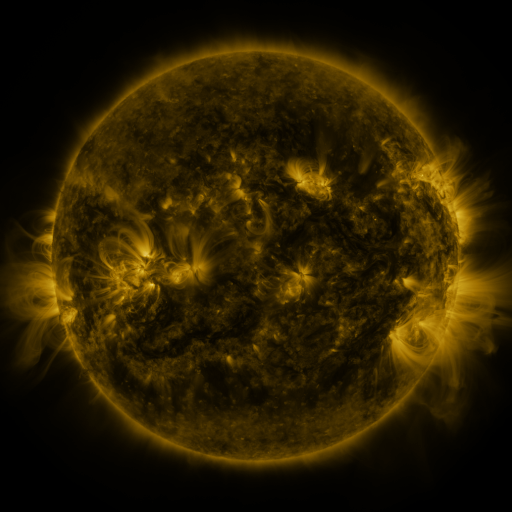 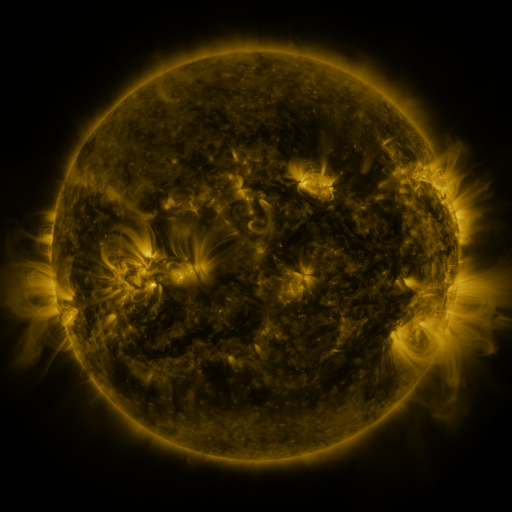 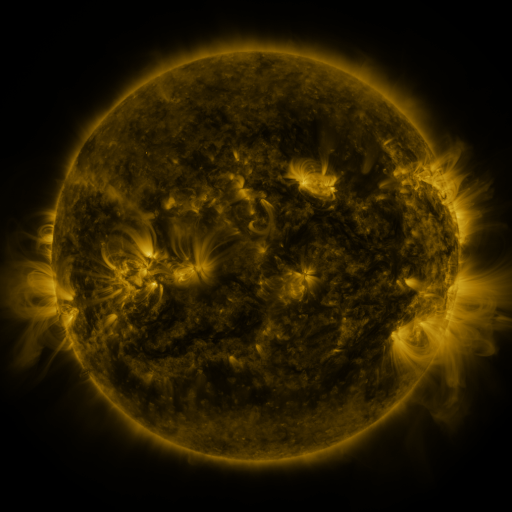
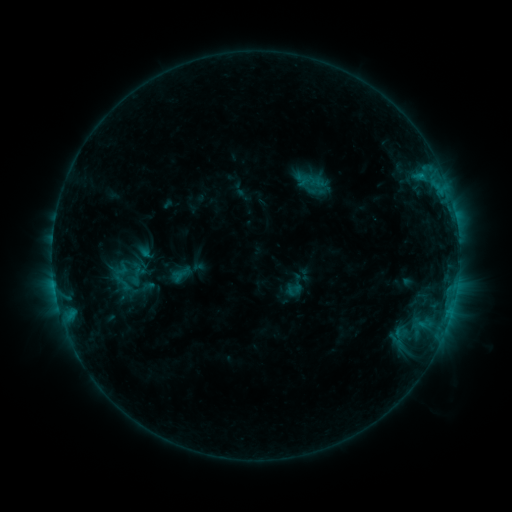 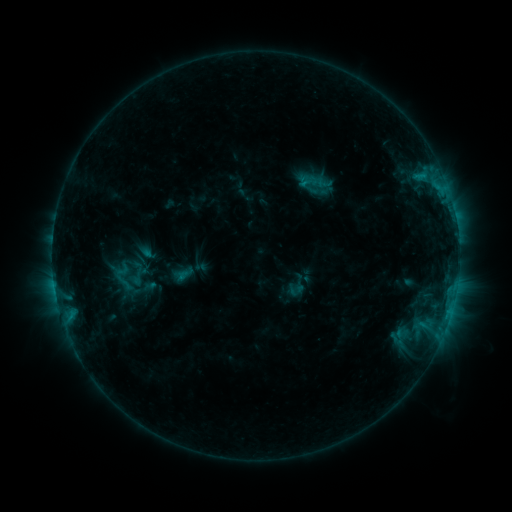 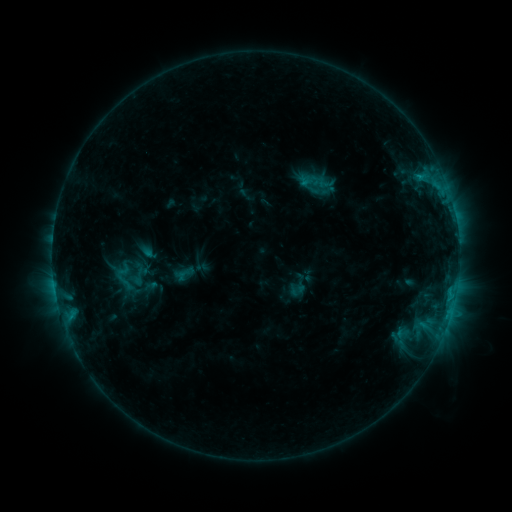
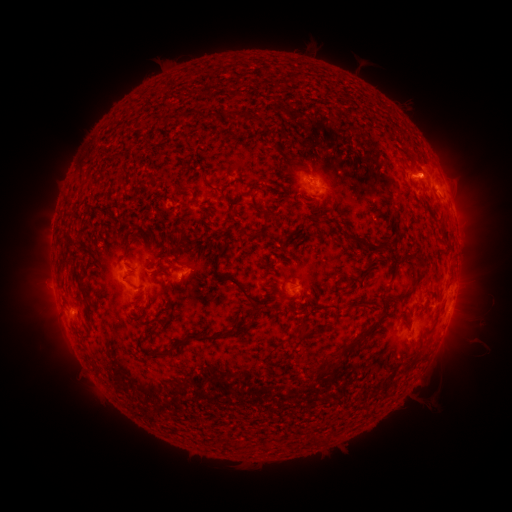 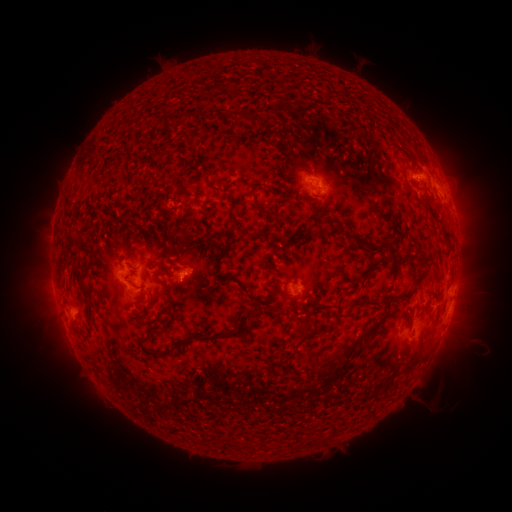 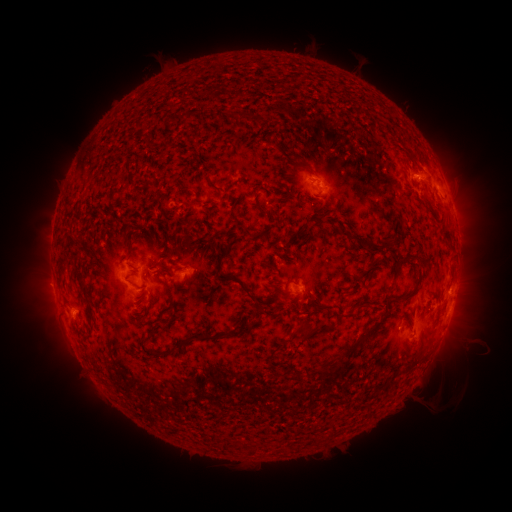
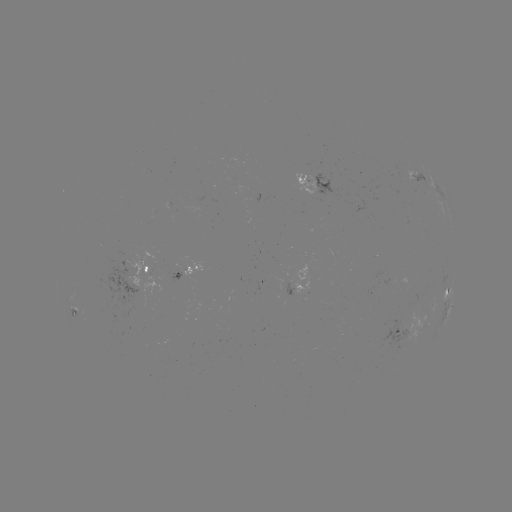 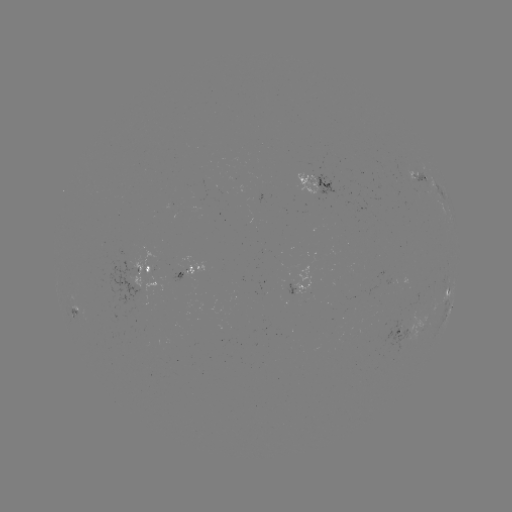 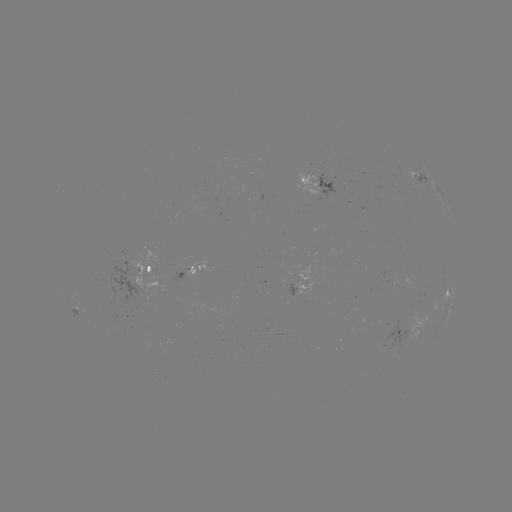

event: emerging-flux region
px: (310, 182)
